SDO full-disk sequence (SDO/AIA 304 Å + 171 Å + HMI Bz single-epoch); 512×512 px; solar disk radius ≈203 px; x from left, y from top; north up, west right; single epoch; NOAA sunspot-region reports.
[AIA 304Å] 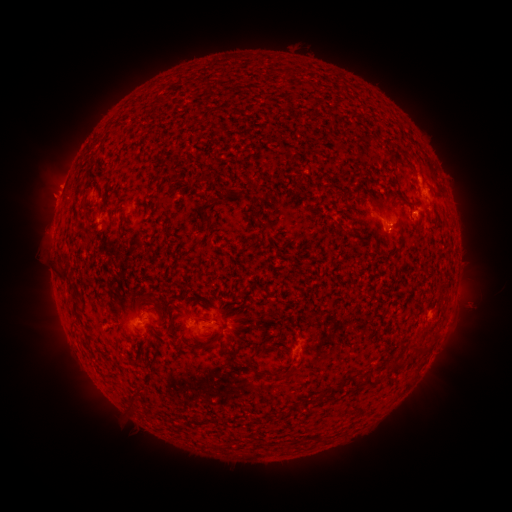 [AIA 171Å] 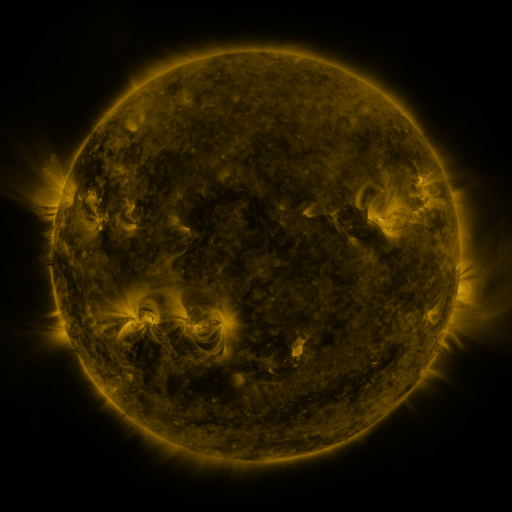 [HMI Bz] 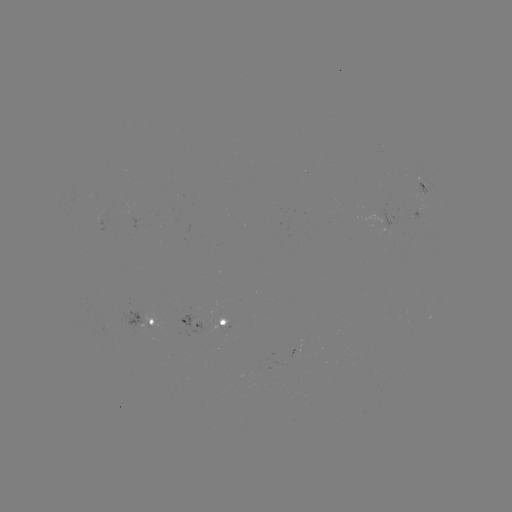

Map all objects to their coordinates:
spotted active region: (427, 190)
spotted active region: (147, 319)
spotted active region: (207, 322)
